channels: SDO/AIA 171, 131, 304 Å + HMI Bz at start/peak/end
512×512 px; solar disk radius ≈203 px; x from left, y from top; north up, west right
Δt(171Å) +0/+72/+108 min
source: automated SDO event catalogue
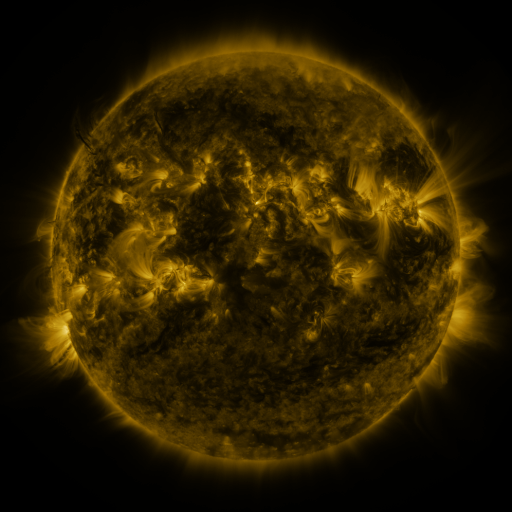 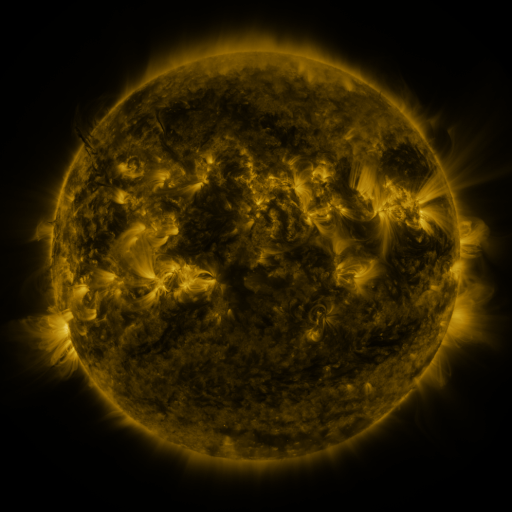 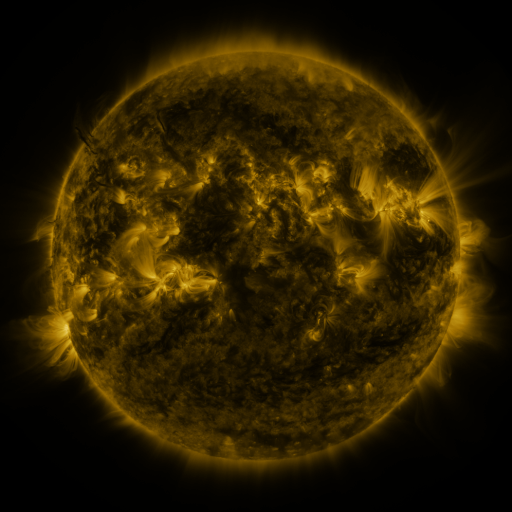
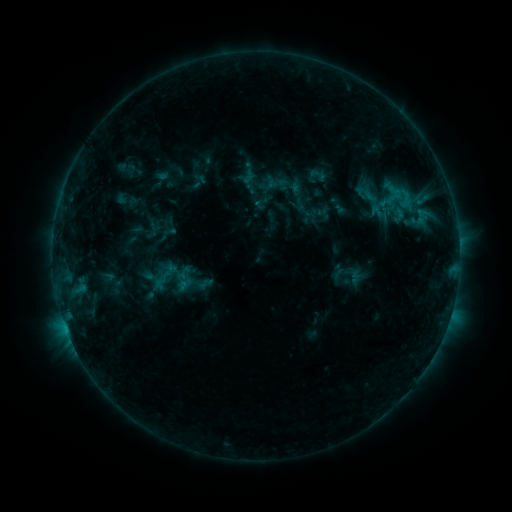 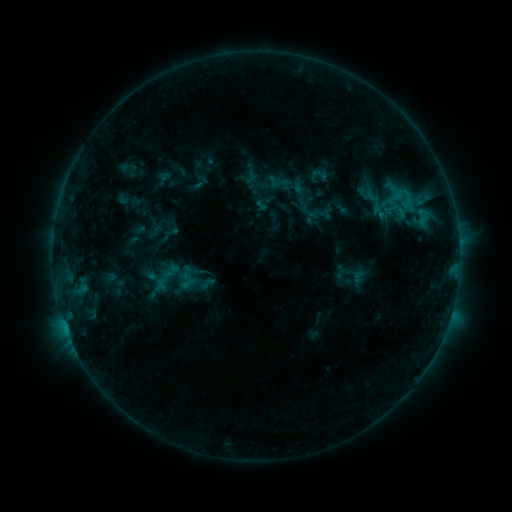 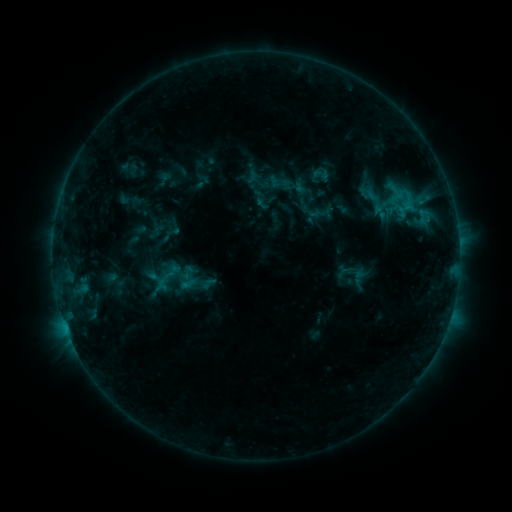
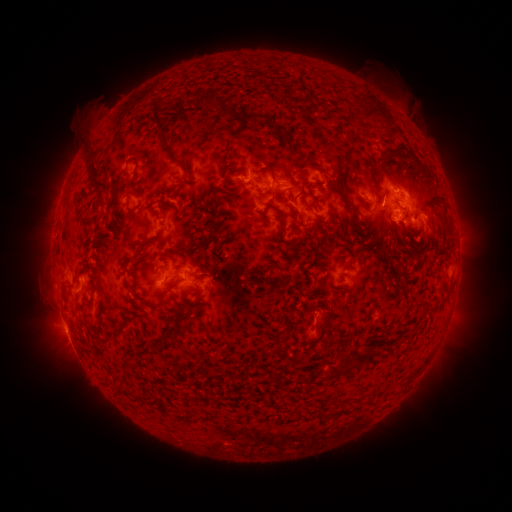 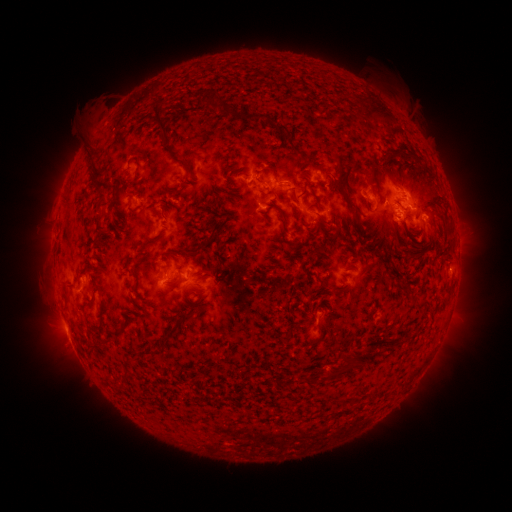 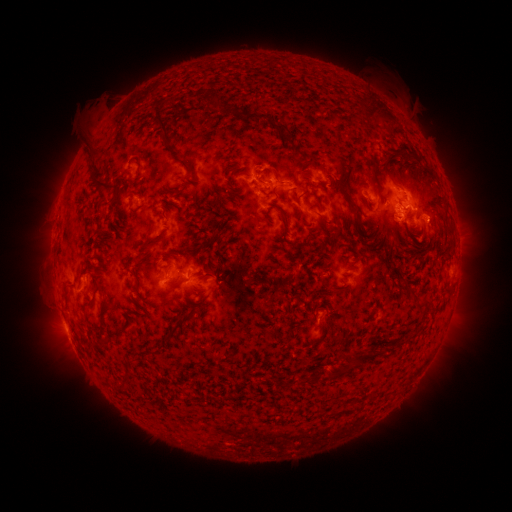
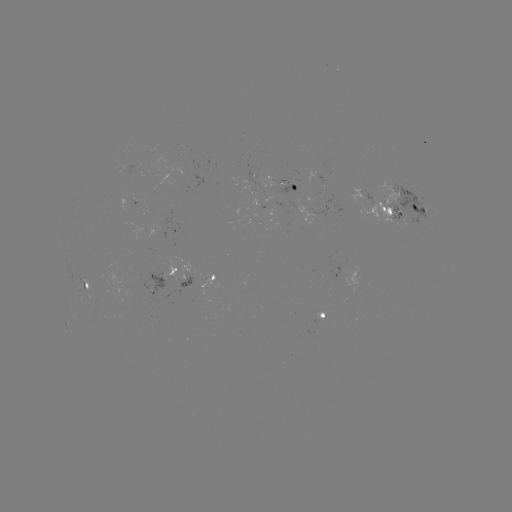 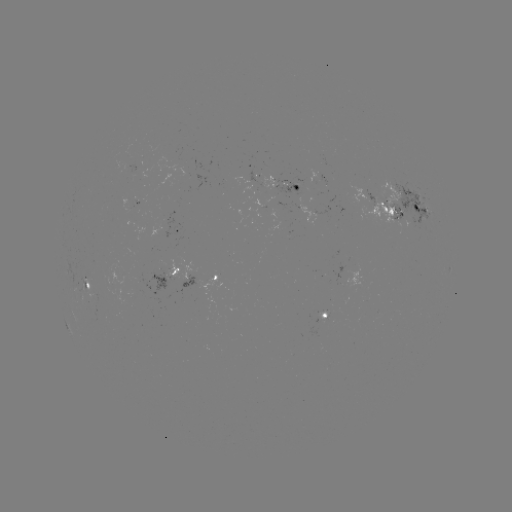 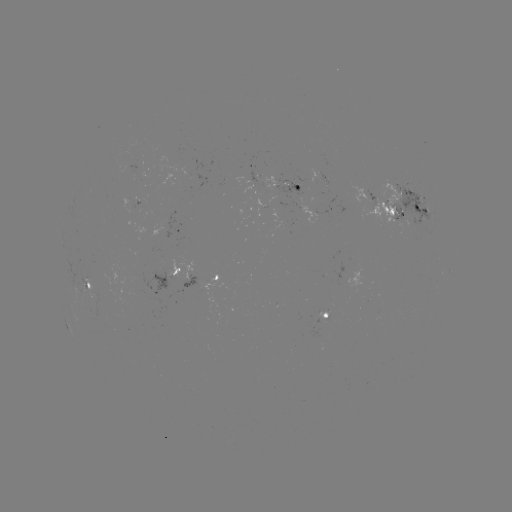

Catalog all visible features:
emerging-flux region: (410, 213)
